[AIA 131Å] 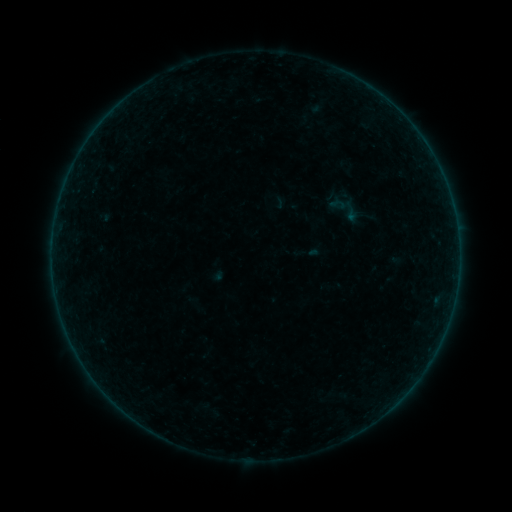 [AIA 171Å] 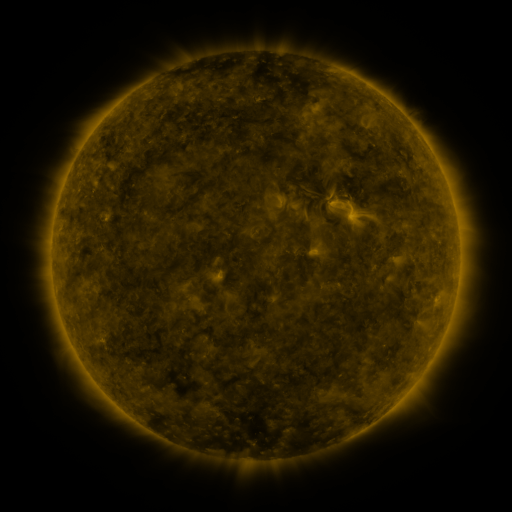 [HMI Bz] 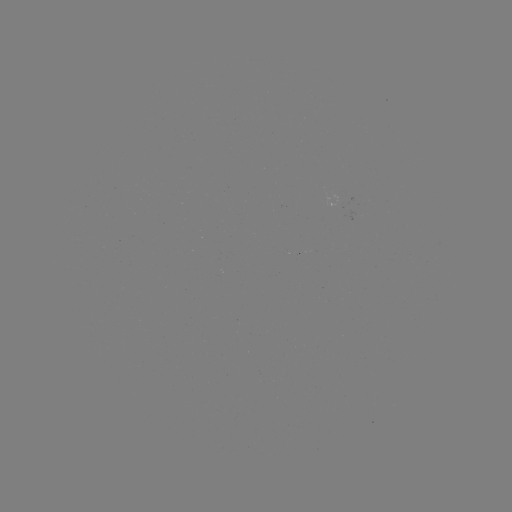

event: sigmoid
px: (346, 208)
